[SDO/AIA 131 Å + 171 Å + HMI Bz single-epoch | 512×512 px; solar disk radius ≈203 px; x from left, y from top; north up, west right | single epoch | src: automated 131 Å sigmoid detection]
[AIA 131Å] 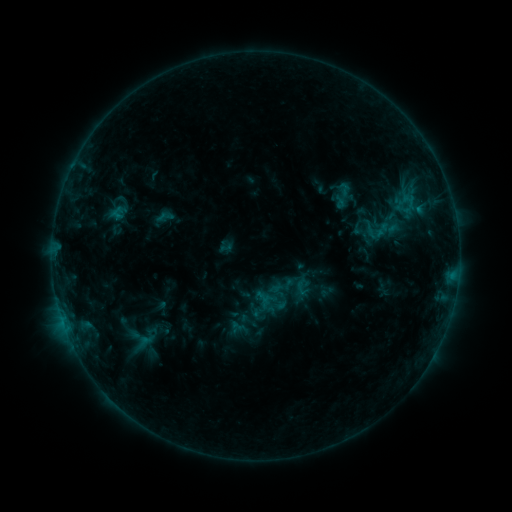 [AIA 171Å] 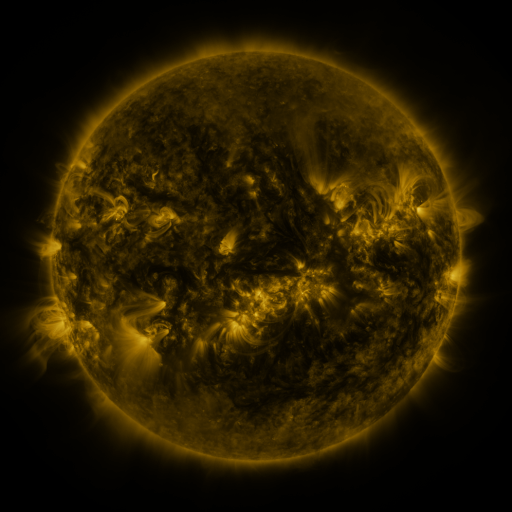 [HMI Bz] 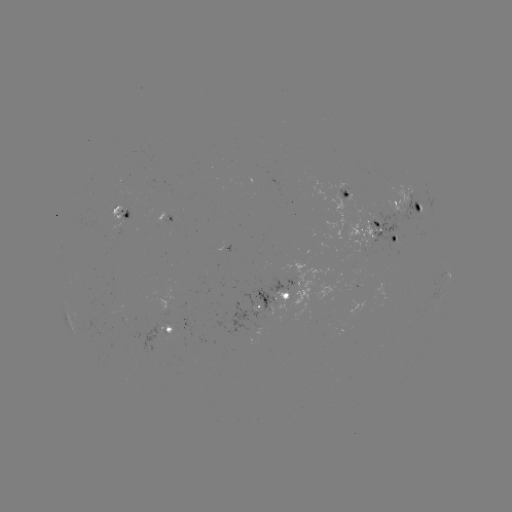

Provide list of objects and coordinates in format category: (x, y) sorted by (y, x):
sigmoid: (165, 216)
